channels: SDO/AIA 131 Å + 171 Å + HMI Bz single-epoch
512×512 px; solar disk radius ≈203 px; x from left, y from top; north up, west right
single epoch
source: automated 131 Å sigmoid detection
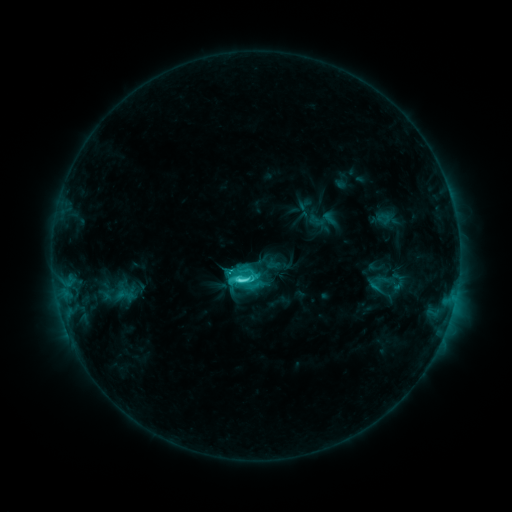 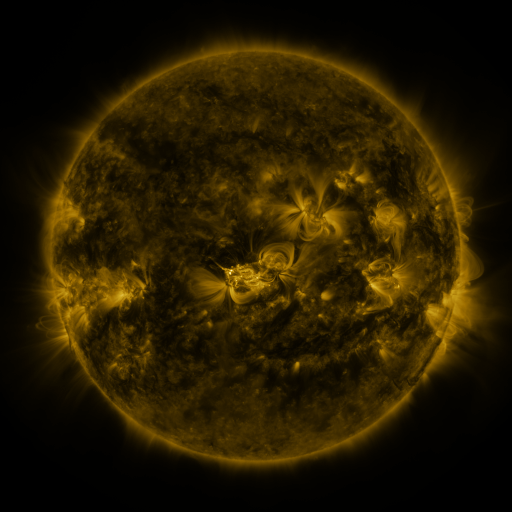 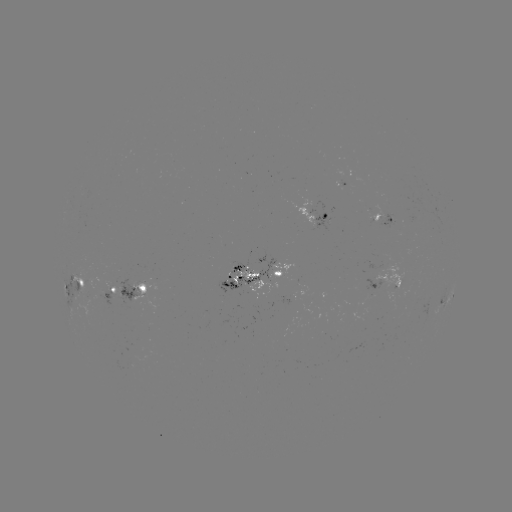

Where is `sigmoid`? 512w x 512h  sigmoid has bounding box [227, 263, 261, 295].